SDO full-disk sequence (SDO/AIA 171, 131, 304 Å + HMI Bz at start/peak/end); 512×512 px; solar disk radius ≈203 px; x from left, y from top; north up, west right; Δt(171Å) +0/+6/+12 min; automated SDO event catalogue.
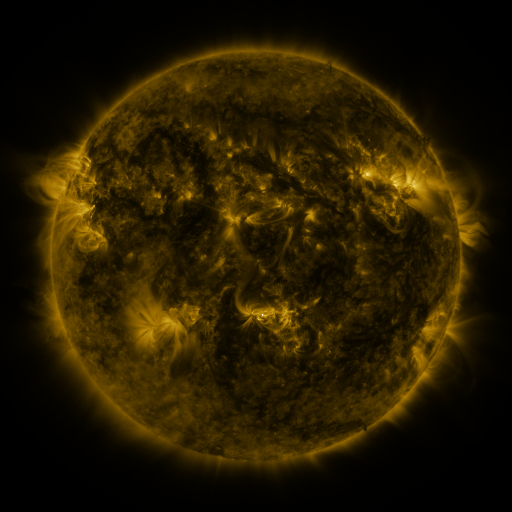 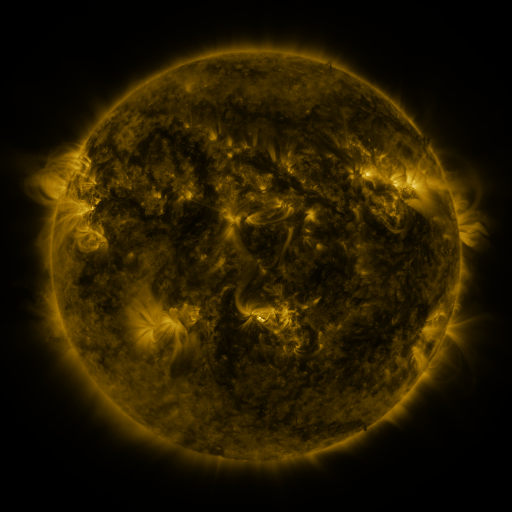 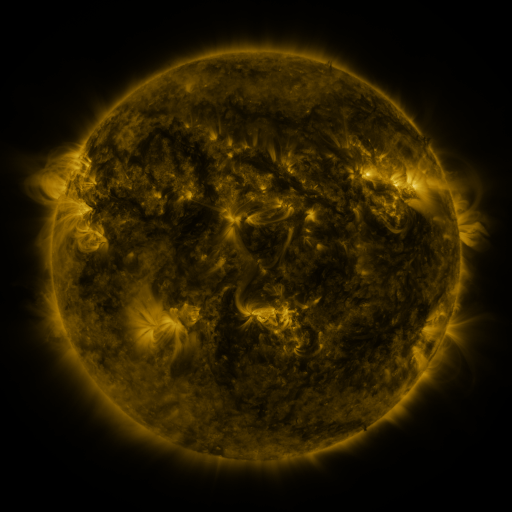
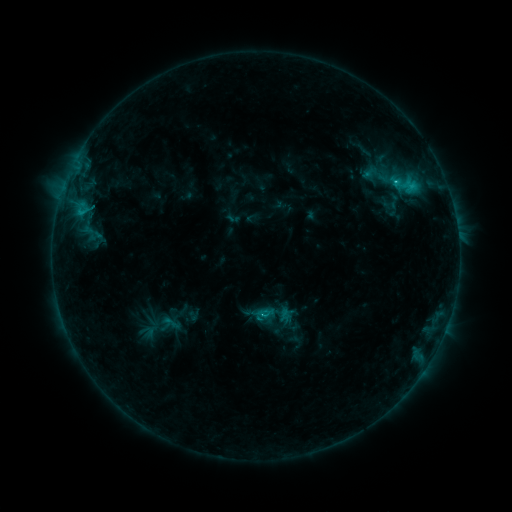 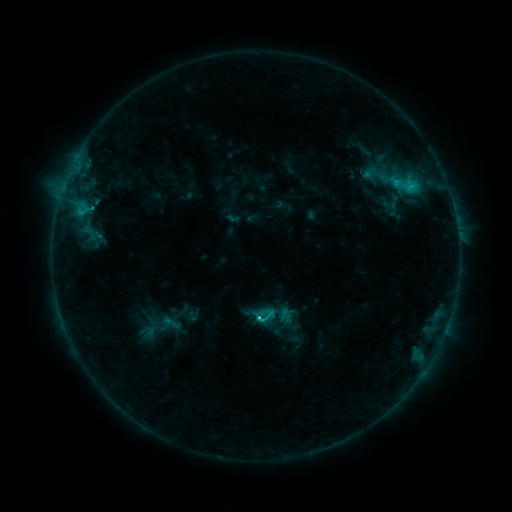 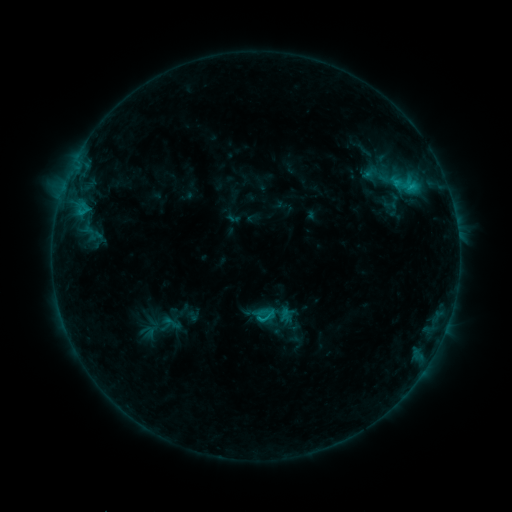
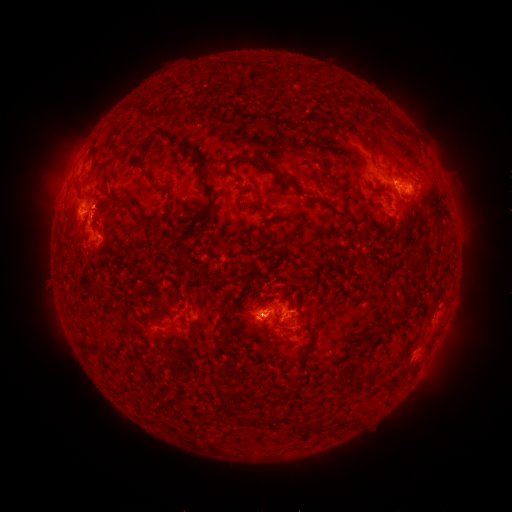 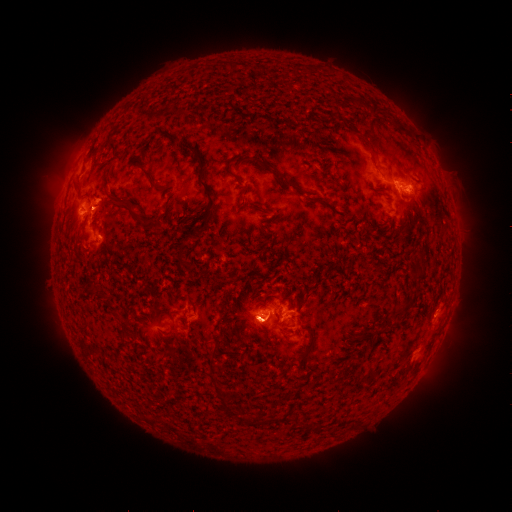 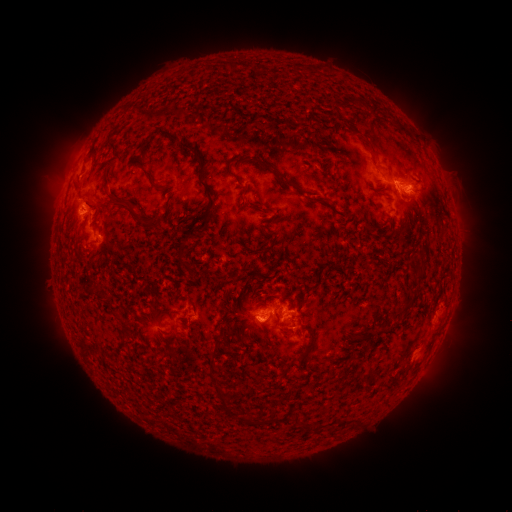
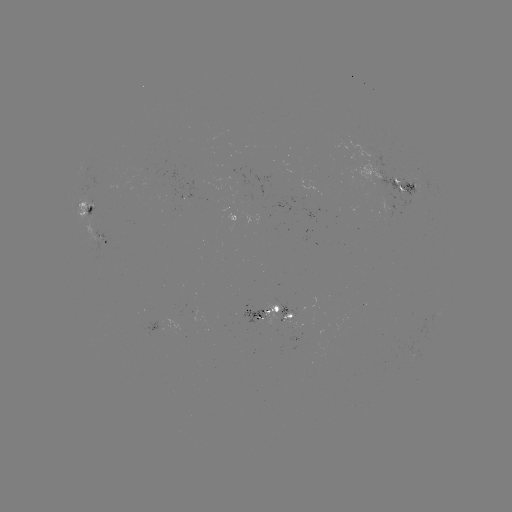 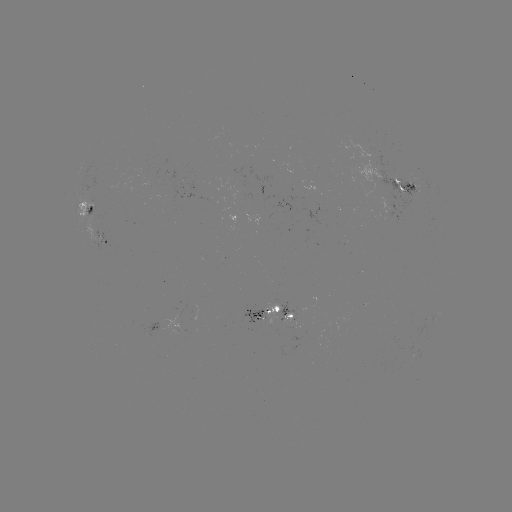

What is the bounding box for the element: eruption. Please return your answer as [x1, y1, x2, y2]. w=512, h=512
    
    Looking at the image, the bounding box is [31, 103, 127, 250].